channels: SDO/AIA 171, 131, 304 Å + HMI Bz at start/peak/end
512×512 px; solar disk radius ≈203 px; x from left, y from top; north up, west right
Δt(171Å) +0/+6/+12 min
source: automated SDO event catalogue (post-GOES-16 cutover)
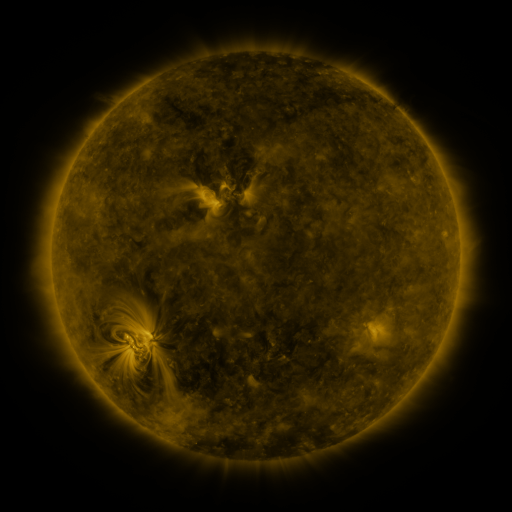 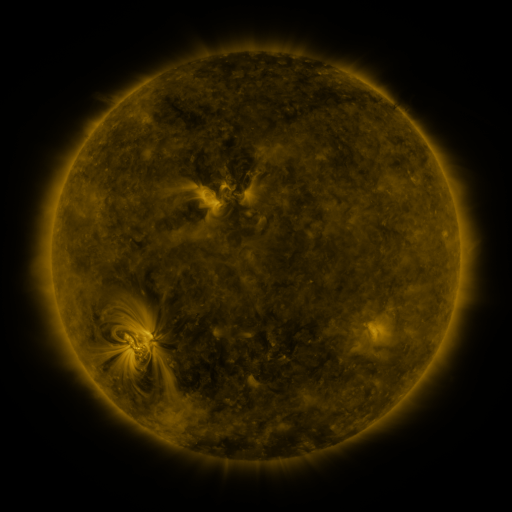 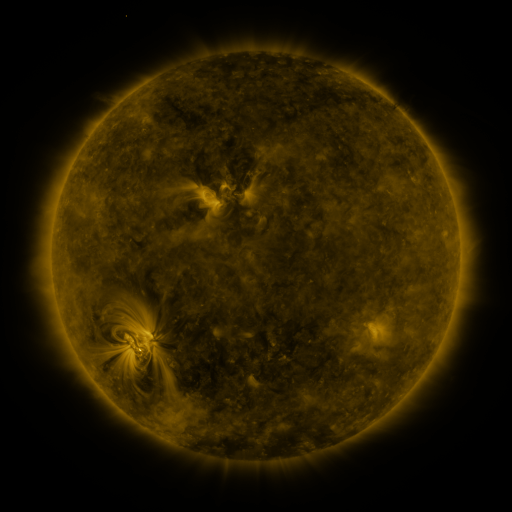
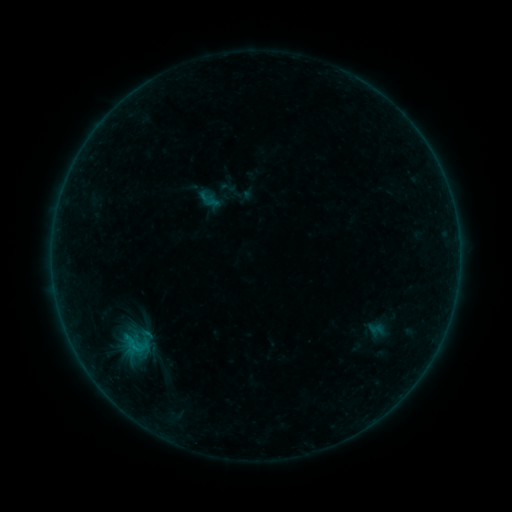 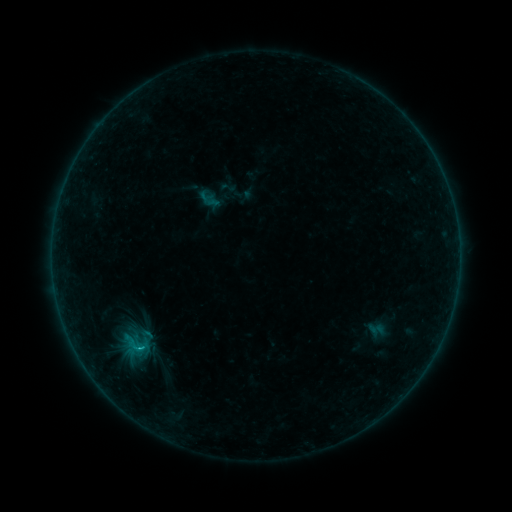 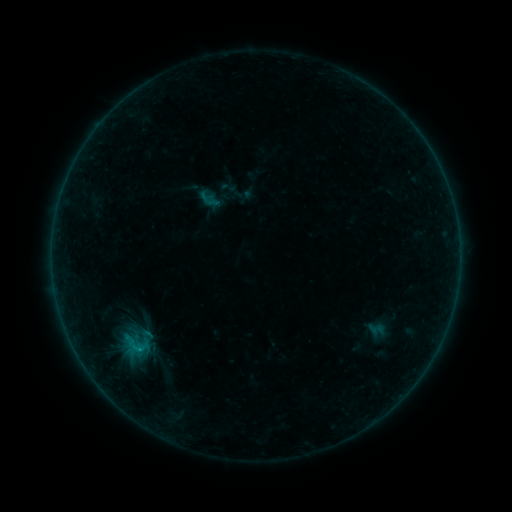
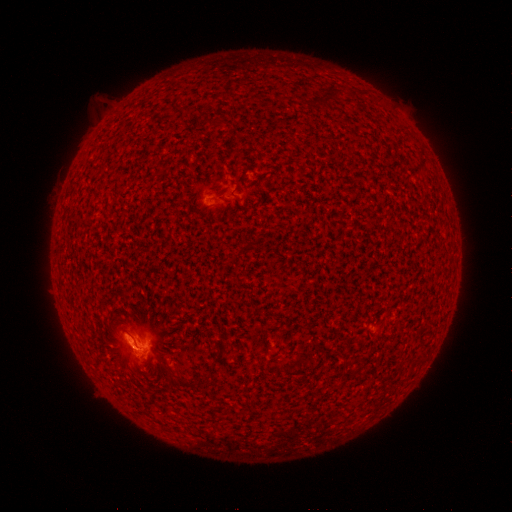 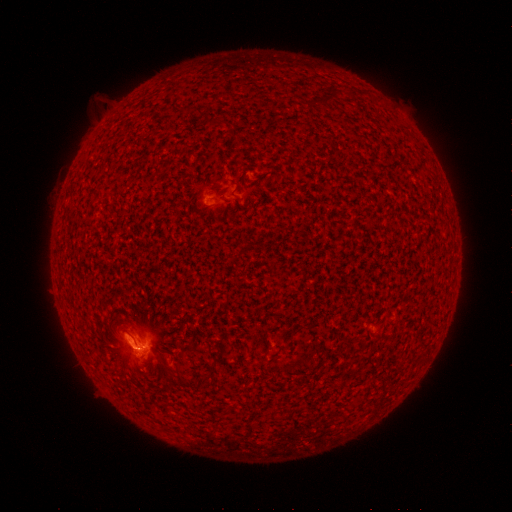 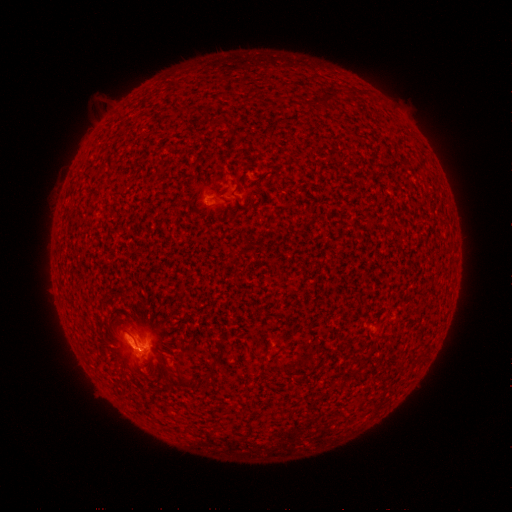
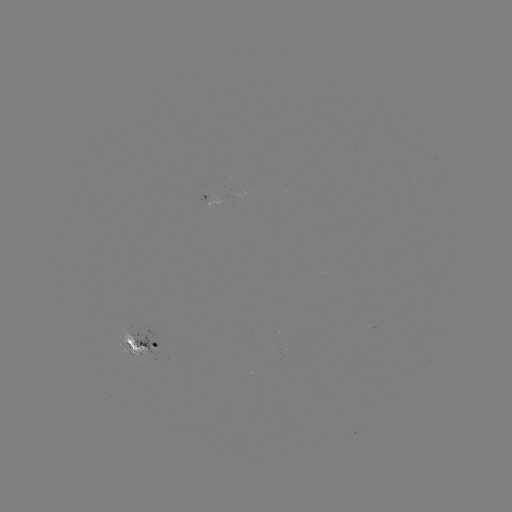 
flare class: B6.2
